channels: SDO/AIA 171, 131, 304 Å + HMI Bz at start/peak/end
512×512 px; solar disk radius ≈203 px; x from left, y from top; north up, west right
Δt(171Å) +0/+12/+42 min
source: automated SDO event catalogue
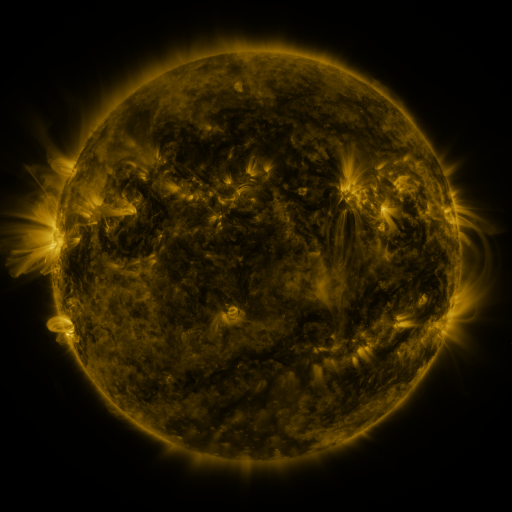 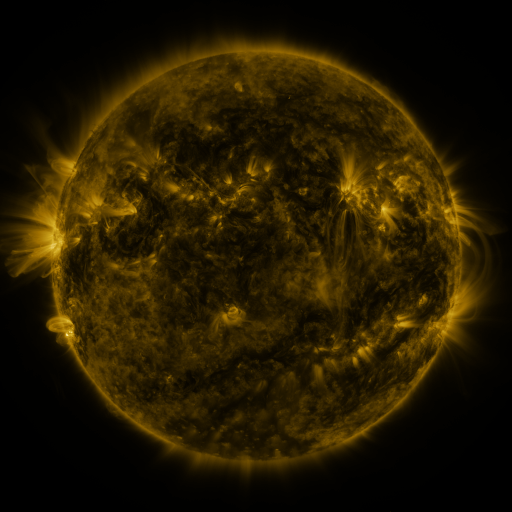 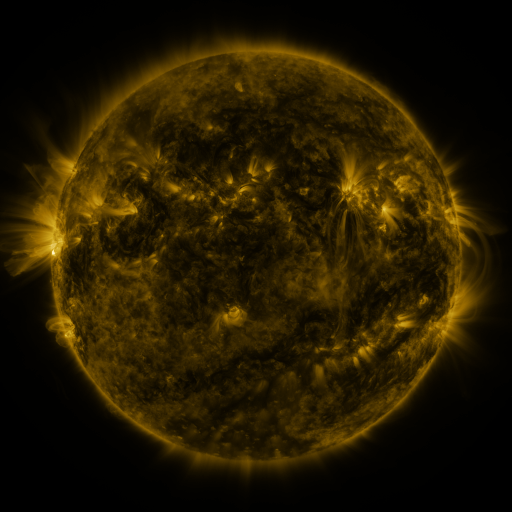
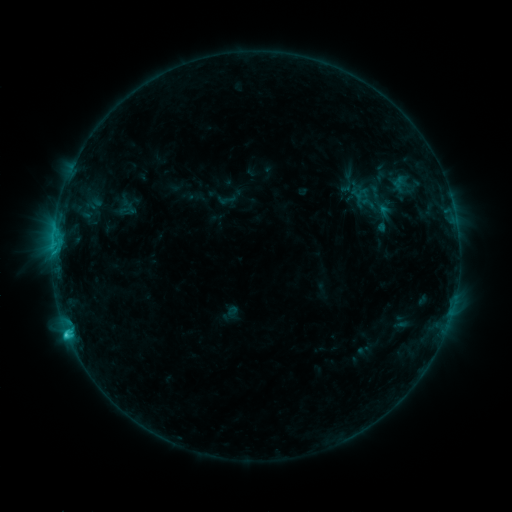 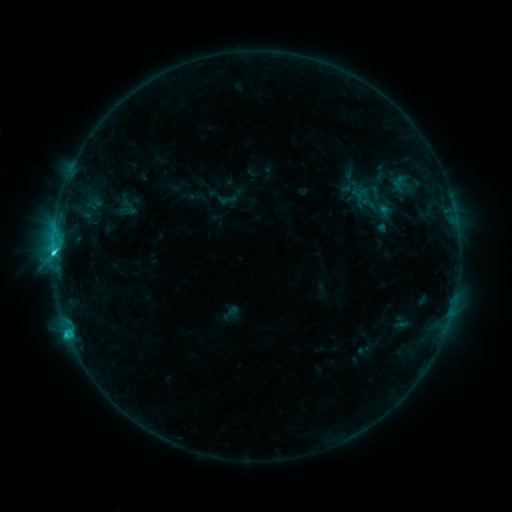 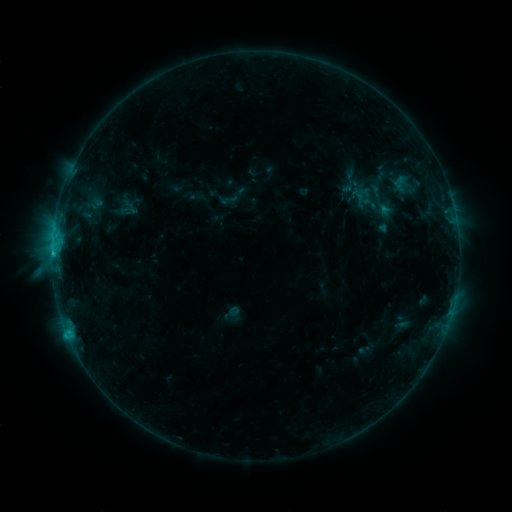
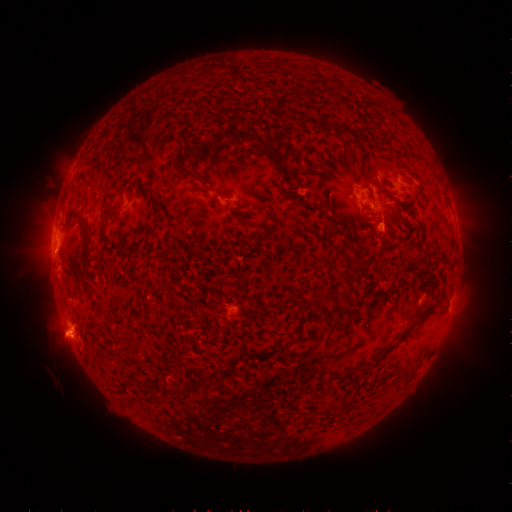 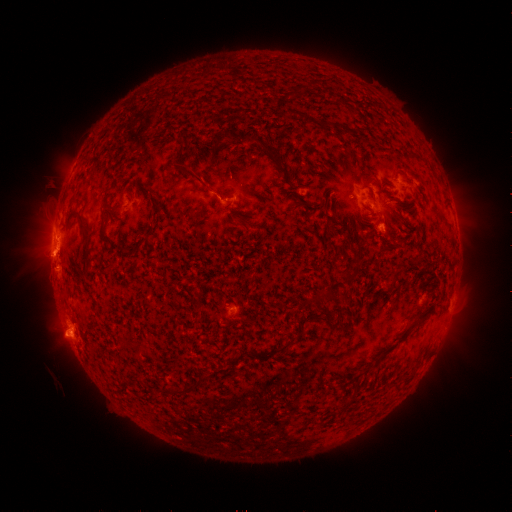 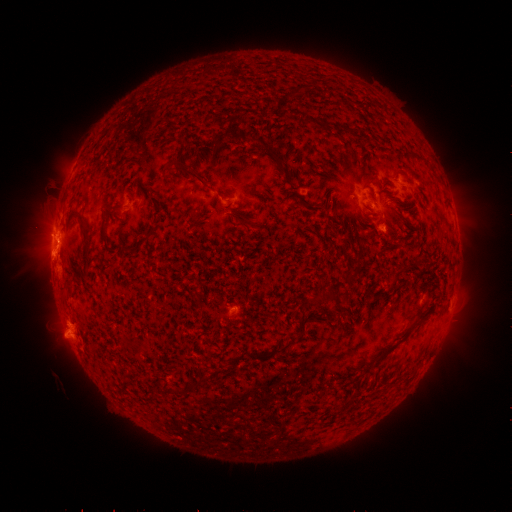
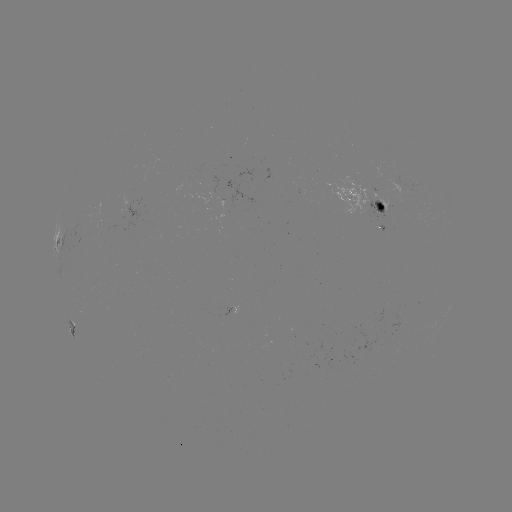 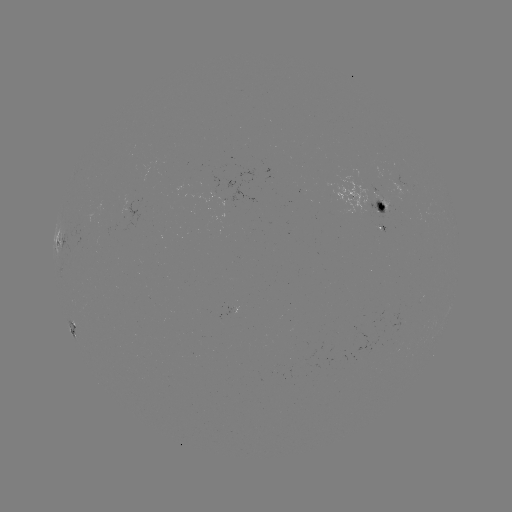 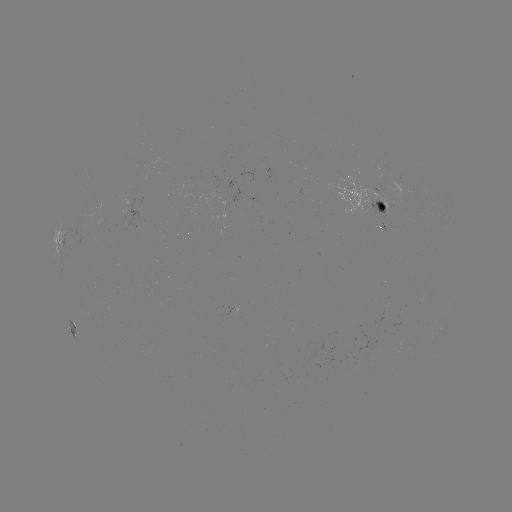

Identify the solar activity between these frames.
C2.9 flare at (55, 255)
